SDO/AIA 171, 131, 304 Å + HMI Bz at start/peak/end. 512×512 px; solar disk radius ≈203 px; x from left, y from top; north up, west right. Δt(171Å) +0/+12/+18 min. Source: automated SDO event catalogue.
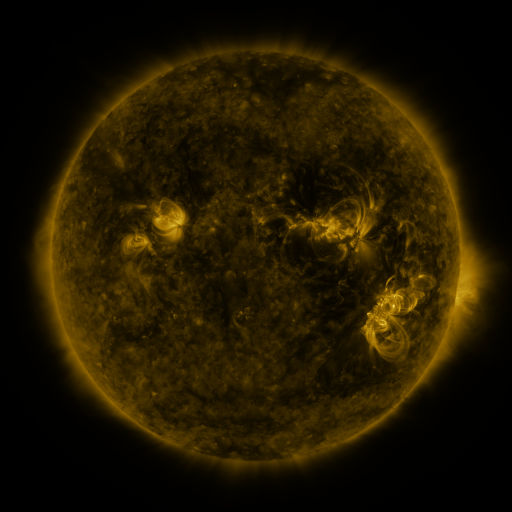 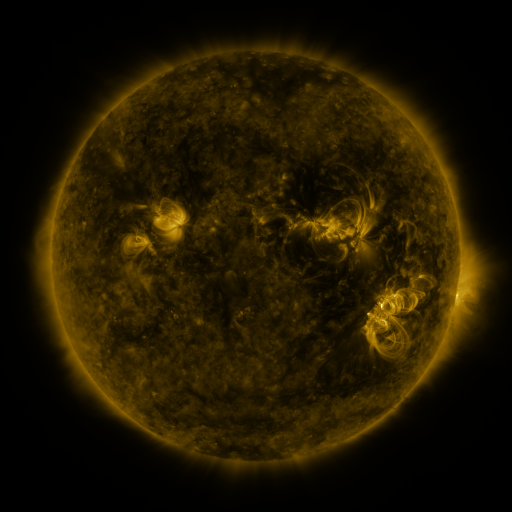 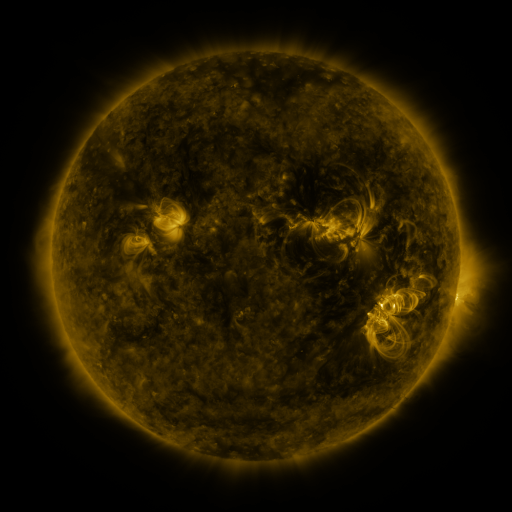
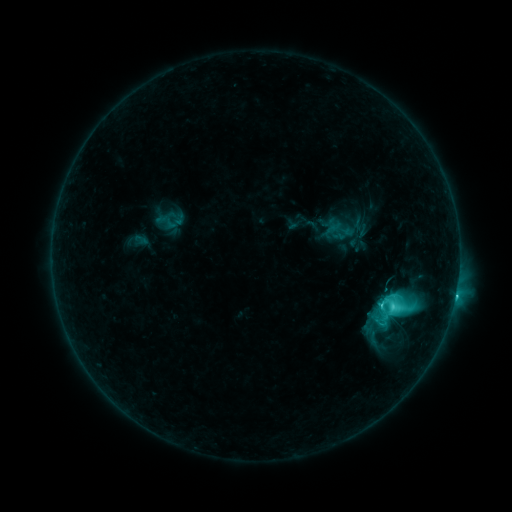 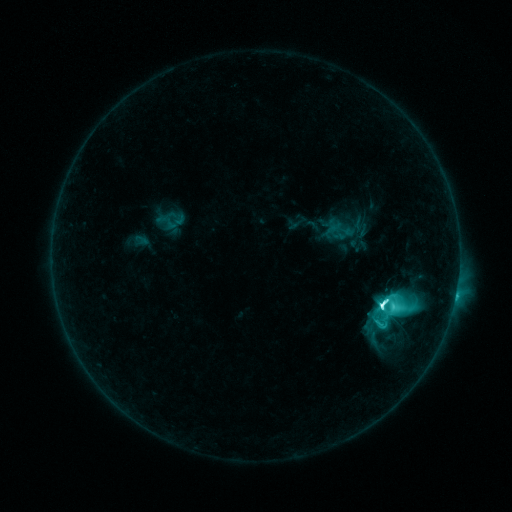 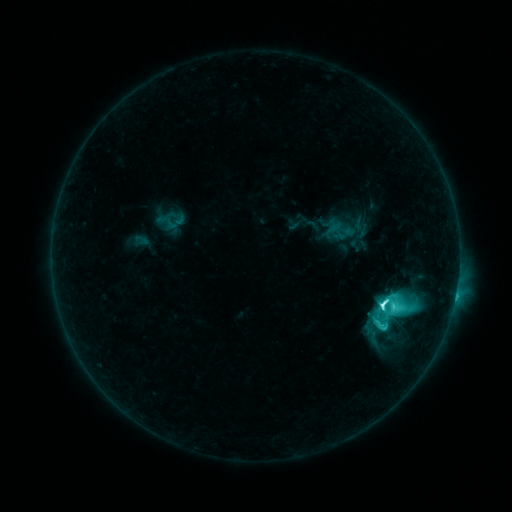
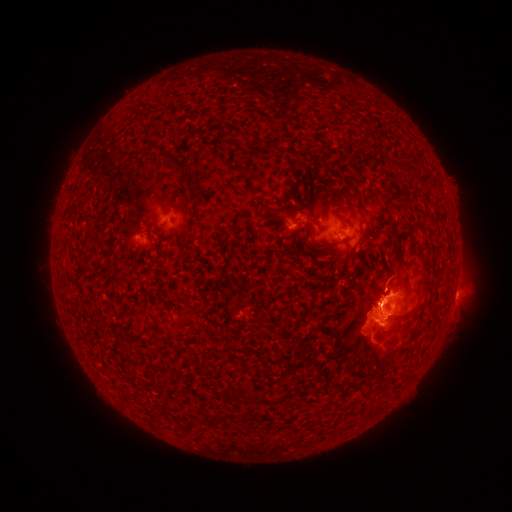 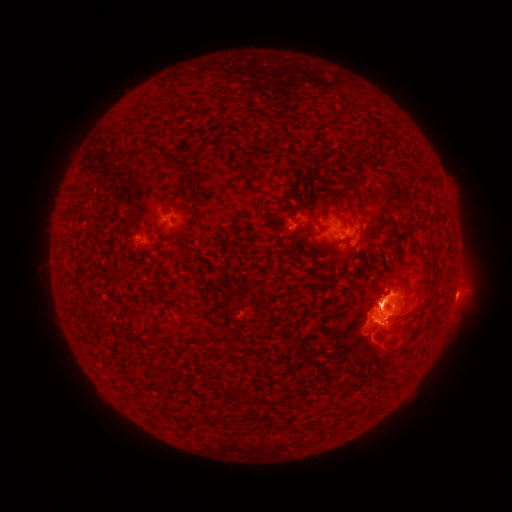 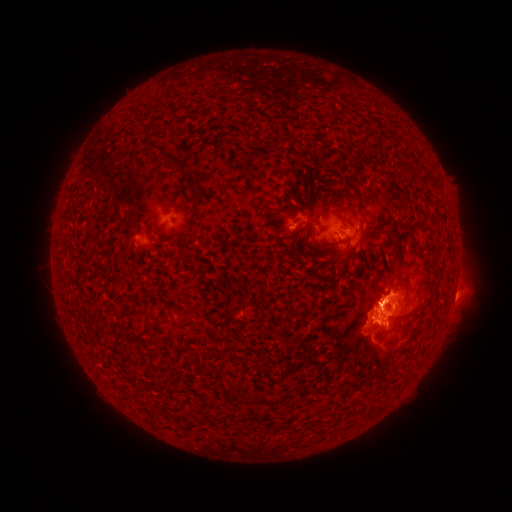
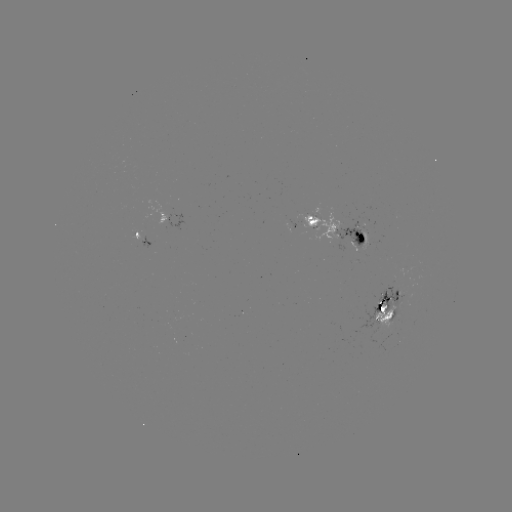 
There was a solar flare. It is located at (380, 304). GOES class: M1.4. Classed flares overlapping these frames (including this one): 1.